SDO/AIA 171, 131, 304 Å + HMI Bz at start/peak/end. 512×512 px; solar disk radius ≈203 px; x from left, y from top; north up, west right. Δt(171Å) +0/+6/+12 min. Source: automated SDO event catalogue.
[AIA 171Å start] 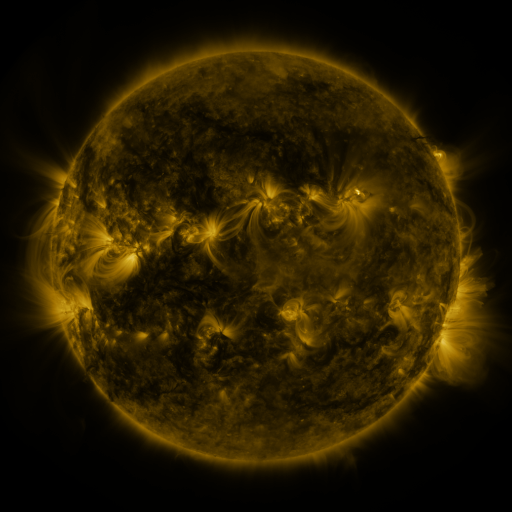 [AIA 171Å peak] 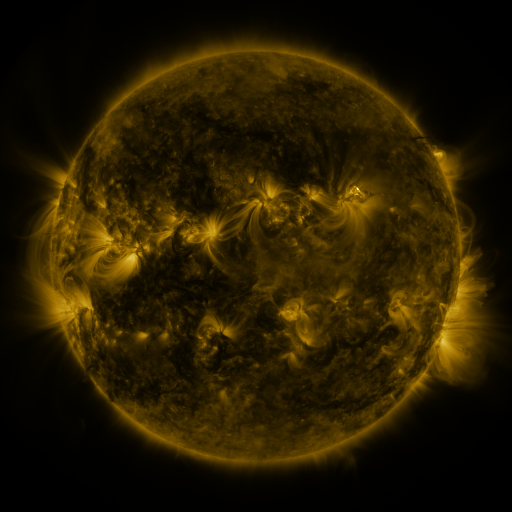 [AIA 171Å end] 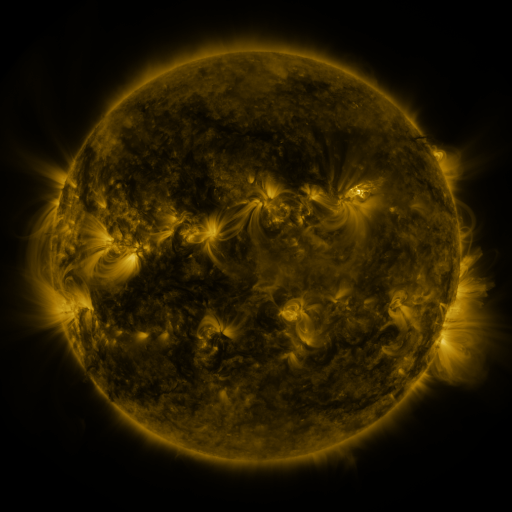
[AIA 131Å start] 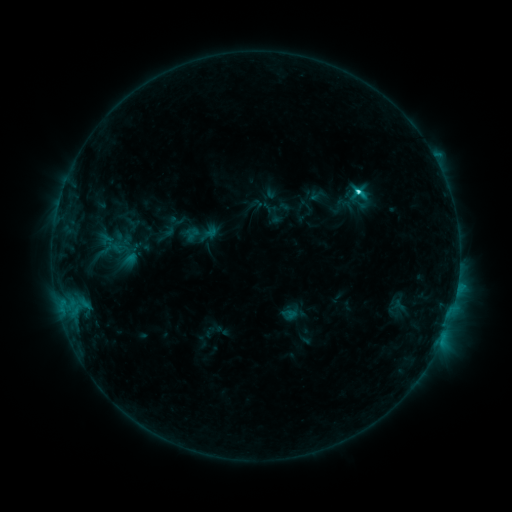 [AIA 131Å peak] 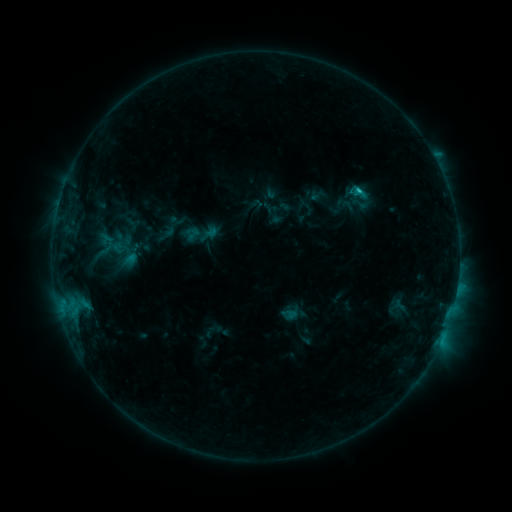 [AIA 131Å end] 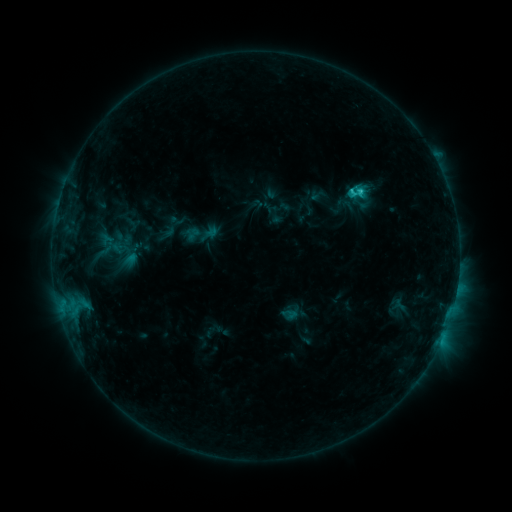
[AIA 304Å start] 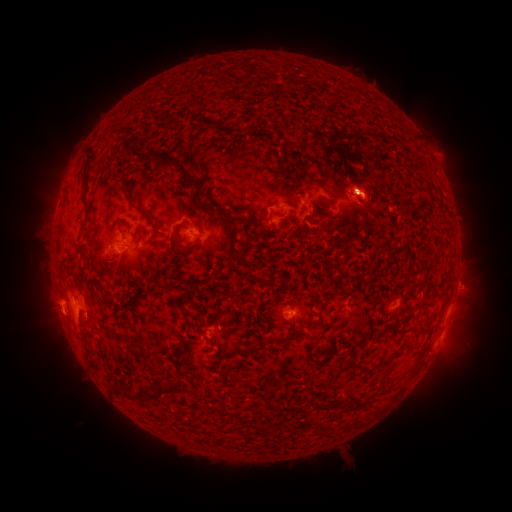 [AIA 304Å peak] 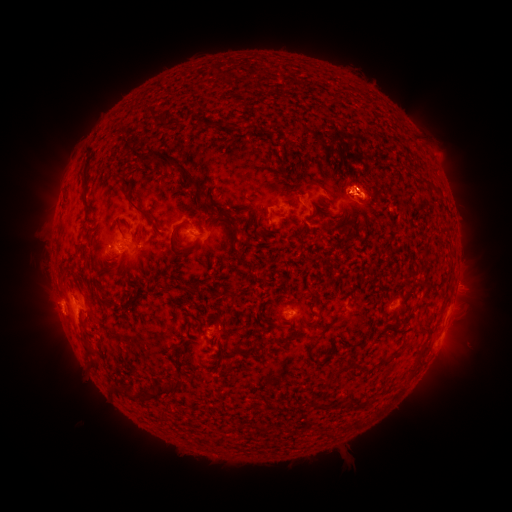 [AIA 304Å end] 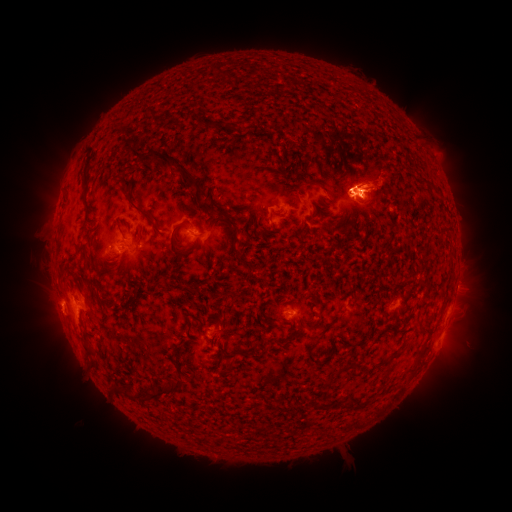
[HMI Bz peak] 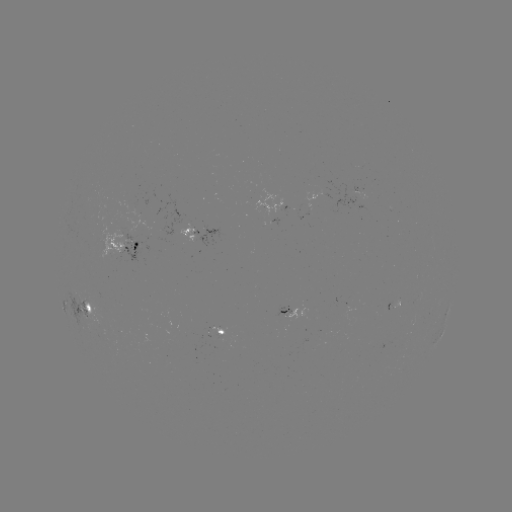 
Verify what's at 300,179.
eruption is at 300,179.